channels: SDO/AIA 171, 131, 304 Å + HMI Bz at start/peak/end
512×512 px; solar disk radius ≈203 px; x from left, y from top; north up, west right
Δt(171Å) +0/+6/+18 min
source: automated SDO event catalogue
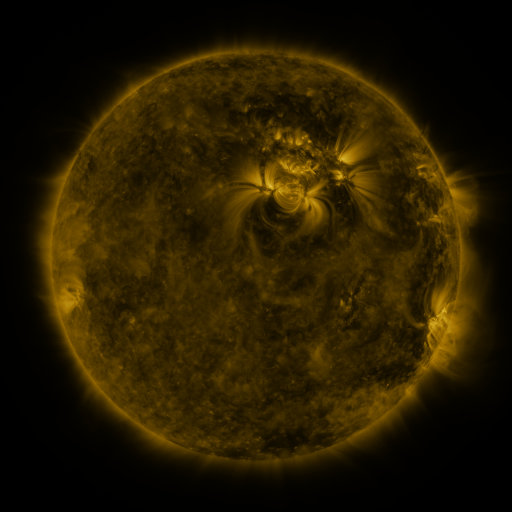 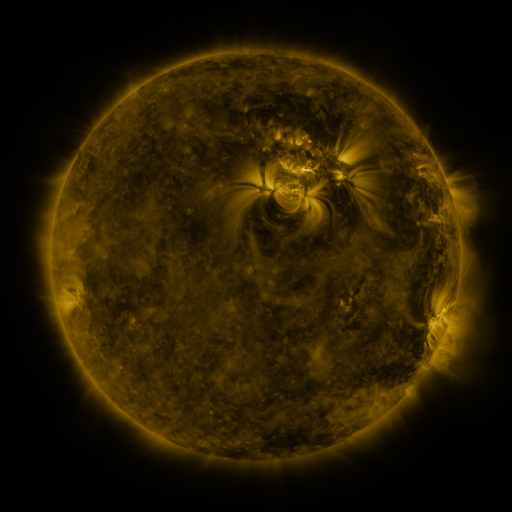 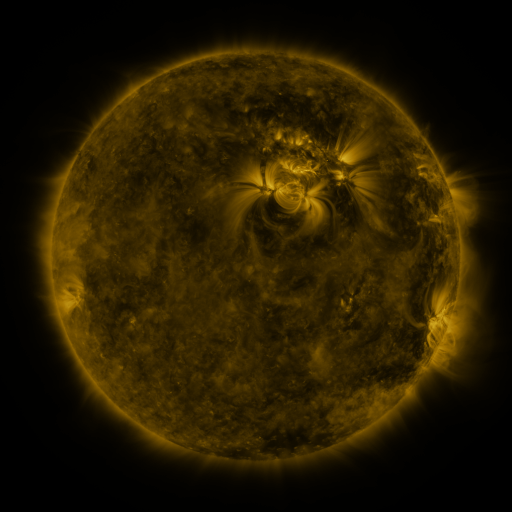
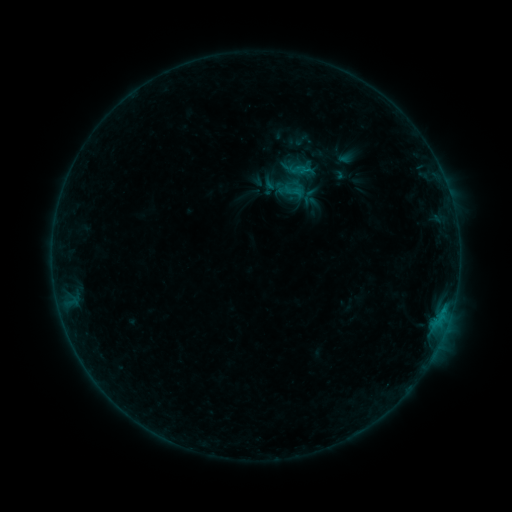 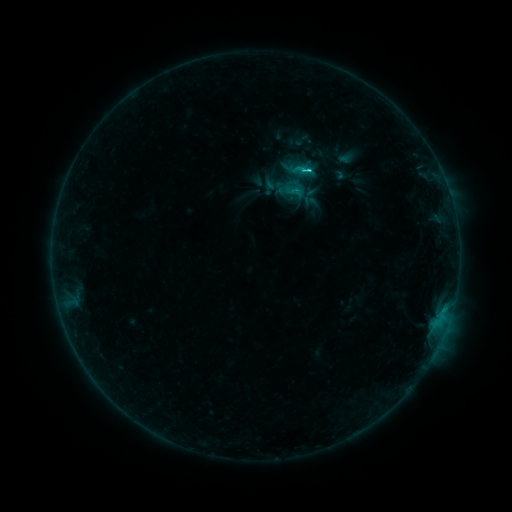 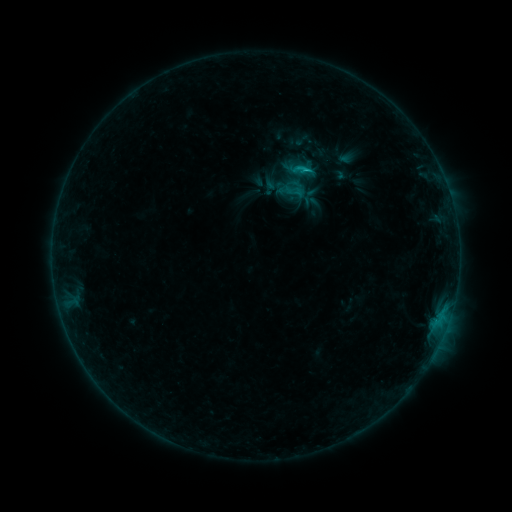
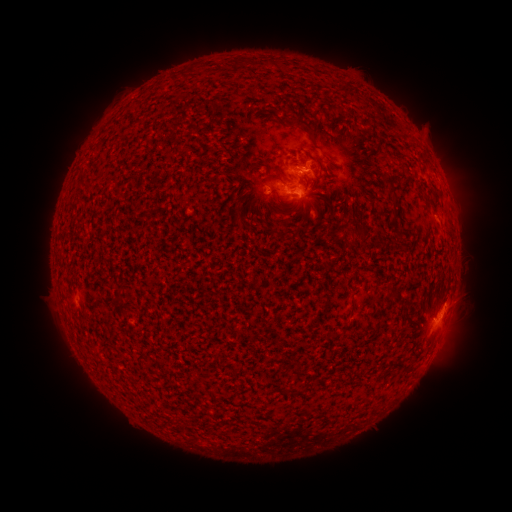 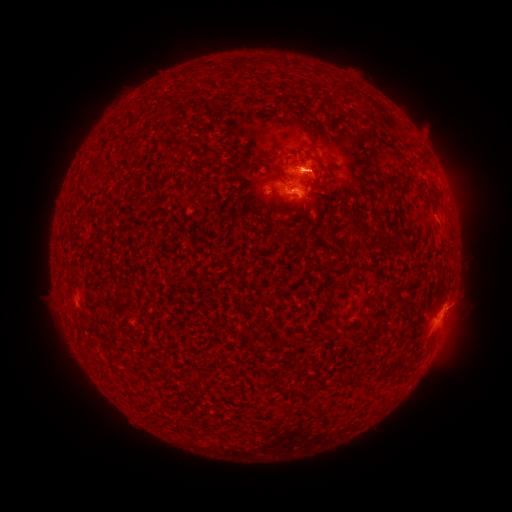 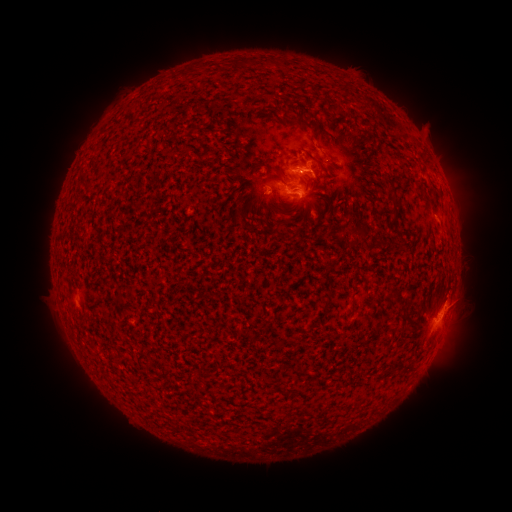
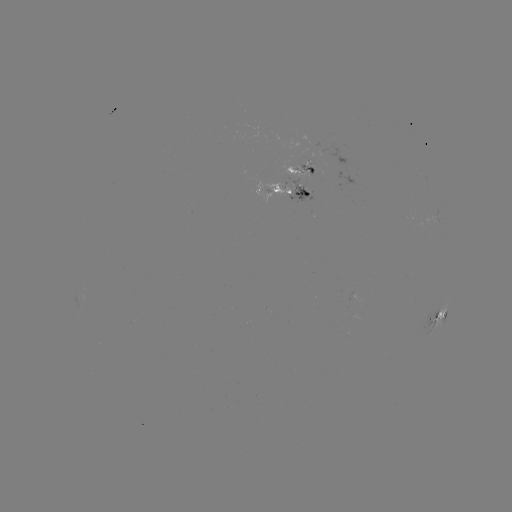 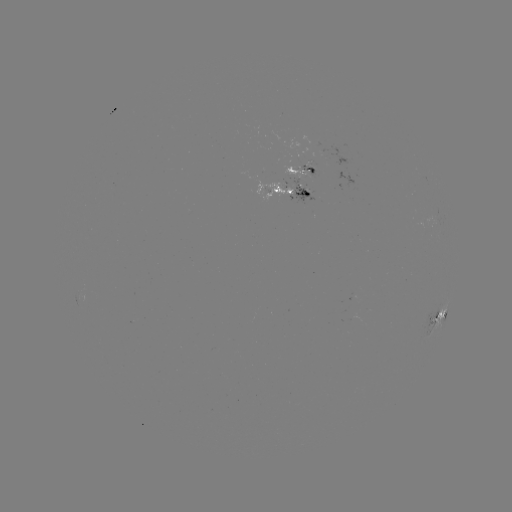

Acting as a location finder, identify C1.5 flare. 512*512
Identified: [177, 205].